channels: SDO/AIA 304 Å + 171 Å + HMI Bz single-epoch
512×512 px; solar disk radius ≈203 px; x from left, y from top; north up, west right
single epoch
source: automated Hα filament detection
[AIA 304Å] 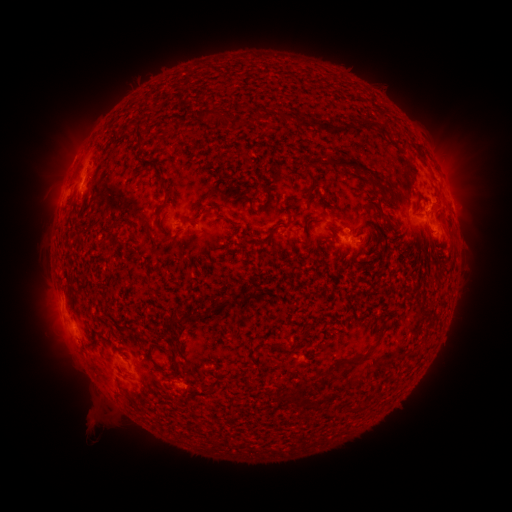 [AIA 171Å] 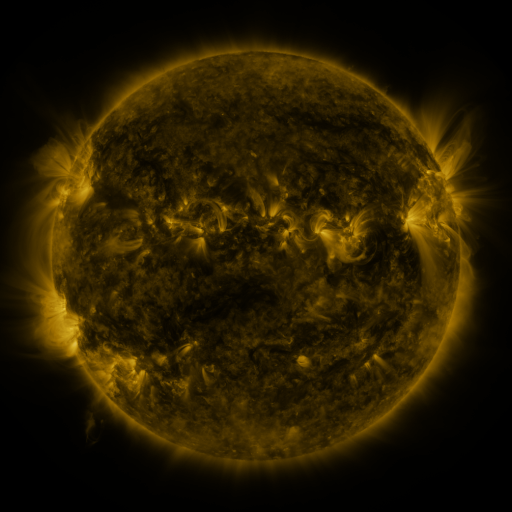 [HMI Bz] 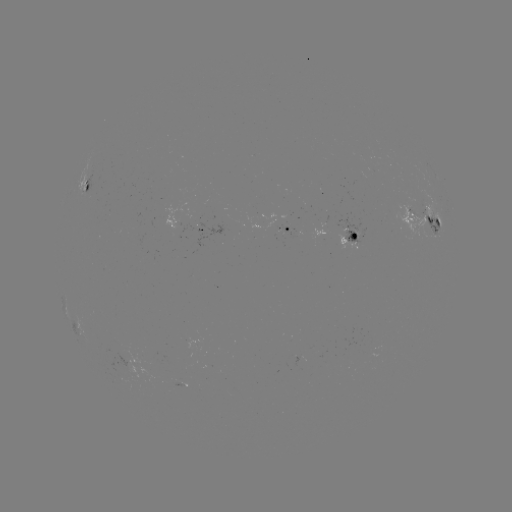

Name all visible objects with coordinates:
filament: [207, 108, 221, 121]
filament: [135, 128, 144, 144]
filament: [327, 158, 381, 185]
filament: [301, 170, 317, 202]
filament: [157, 173, 167, 192]
filament: [84, 182, 91, 192]
filament: [157, 201, 169, 210]
filament: [378, 213, 389, 223]
filament: [107, 220, 118, 230]
filament: [152, 227, 175, 242]
filament: [255, 235, 271, 246]
filament: [167, 308, 183, 329]
filament: [182, 312, 194, 323]
filament: [370, 336, 382, 349]
filament: [343, 360, 358, 370]
